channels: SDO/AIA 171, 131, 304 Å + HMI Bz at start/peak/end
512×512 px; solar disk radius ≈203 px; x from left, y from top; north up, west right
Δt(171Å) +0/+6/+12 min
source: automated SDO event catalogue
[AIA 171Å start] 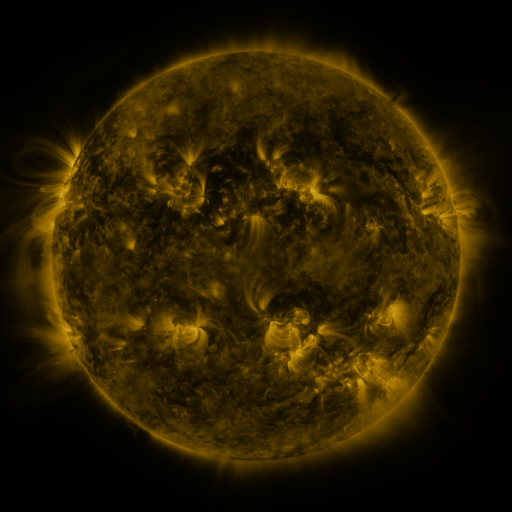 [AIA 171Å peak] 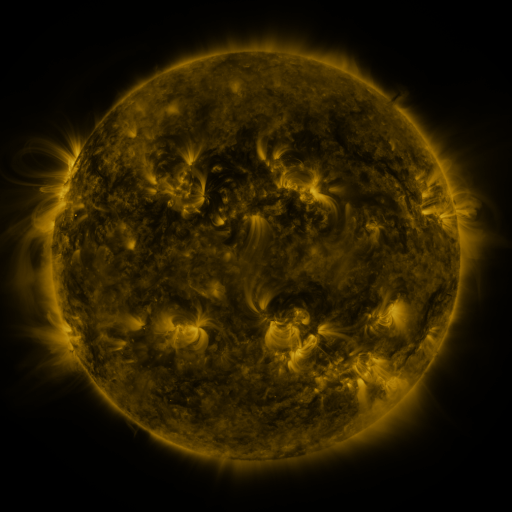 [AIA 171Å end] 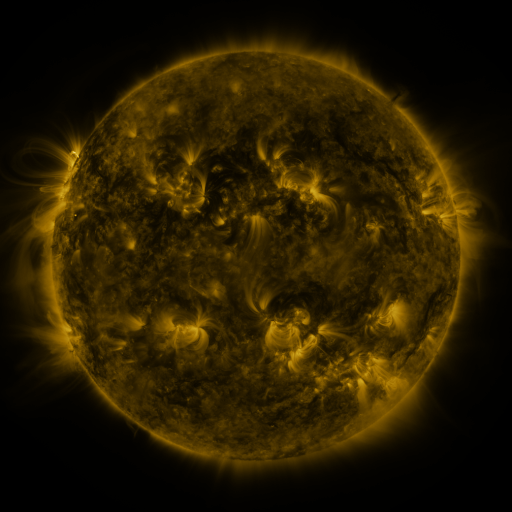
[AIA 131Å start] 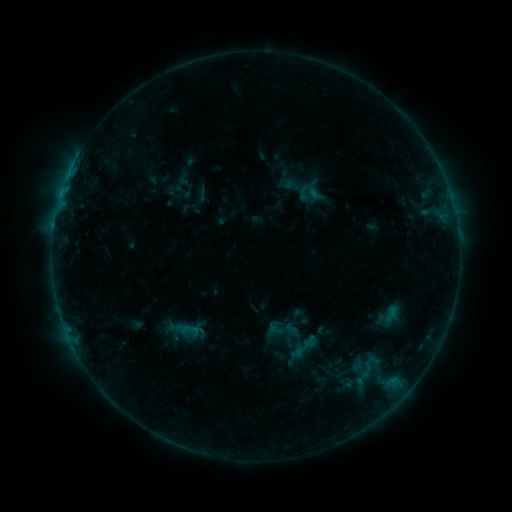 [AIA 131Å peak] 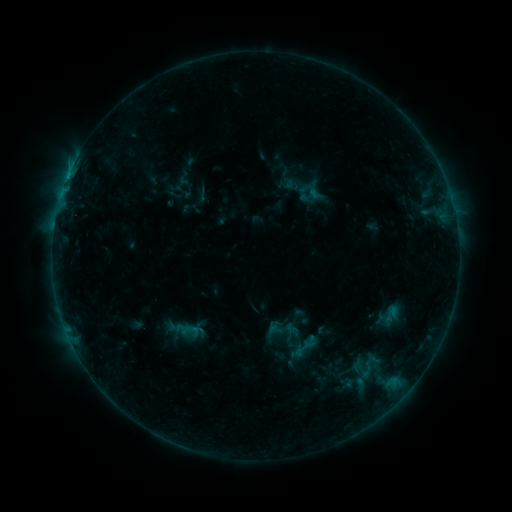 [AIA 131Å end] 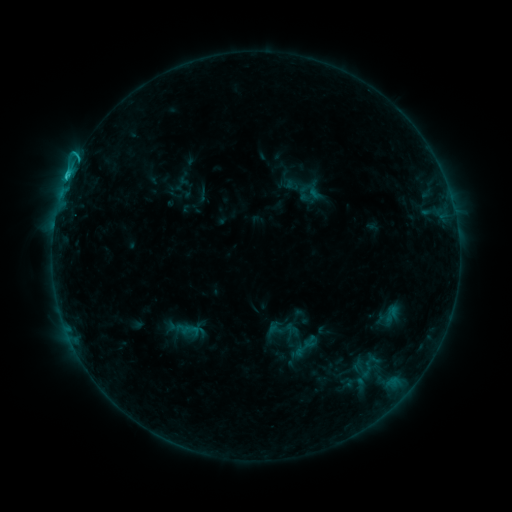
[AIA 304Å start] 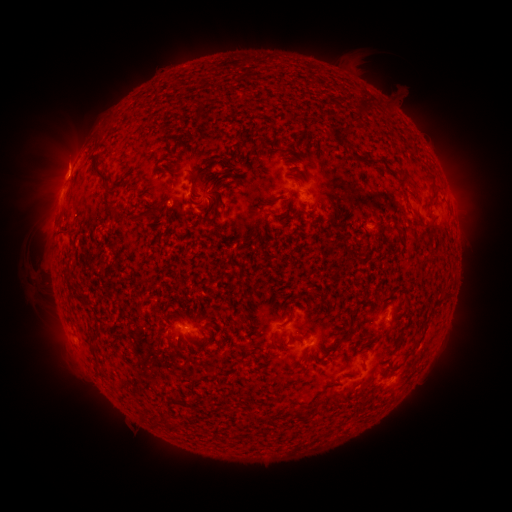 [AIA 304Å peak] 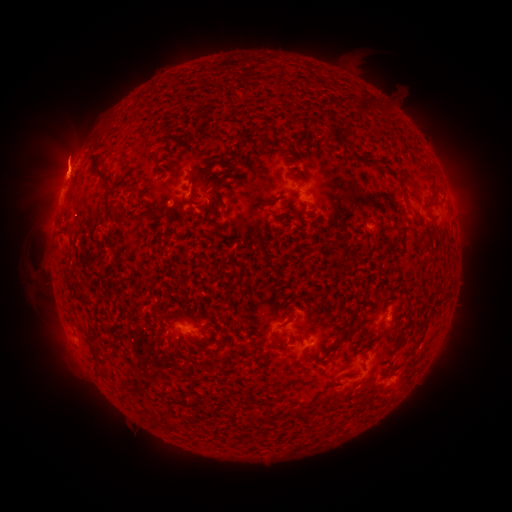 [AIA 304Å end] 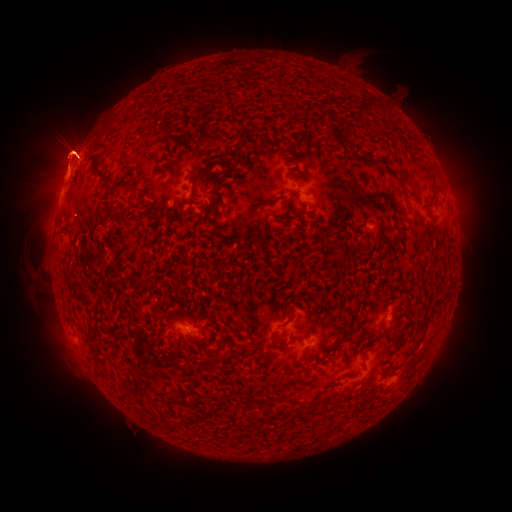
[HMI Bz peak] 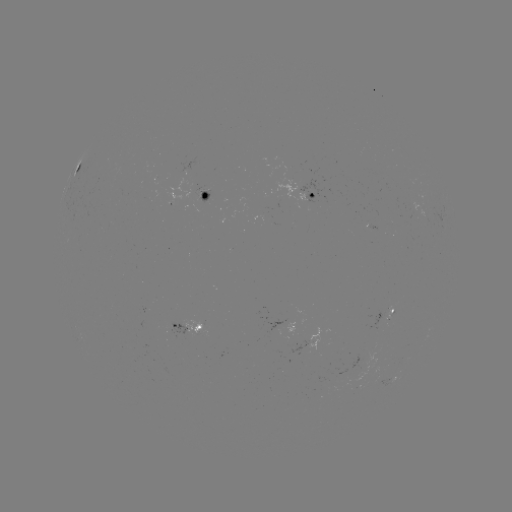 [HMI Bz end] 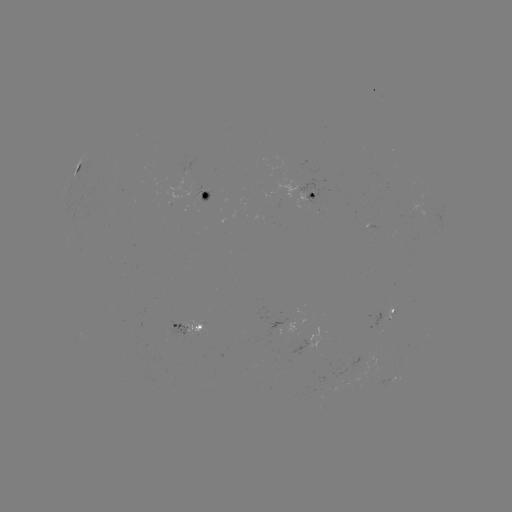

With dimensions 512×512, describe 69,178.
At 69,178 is C1.7 flare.